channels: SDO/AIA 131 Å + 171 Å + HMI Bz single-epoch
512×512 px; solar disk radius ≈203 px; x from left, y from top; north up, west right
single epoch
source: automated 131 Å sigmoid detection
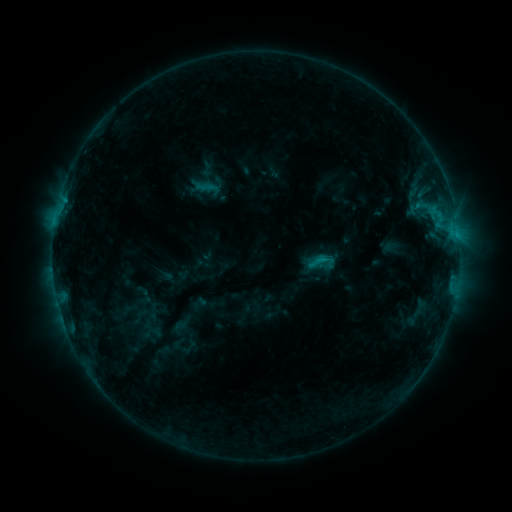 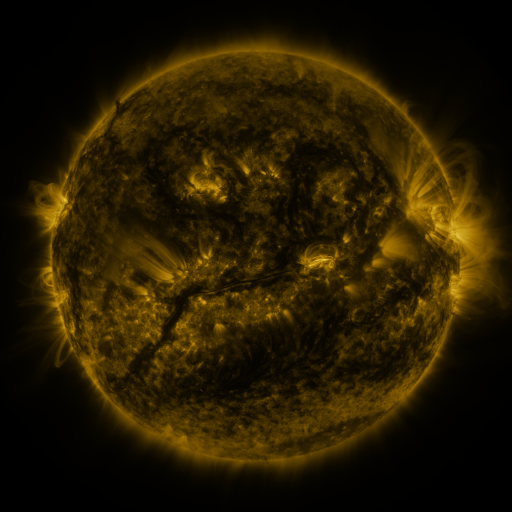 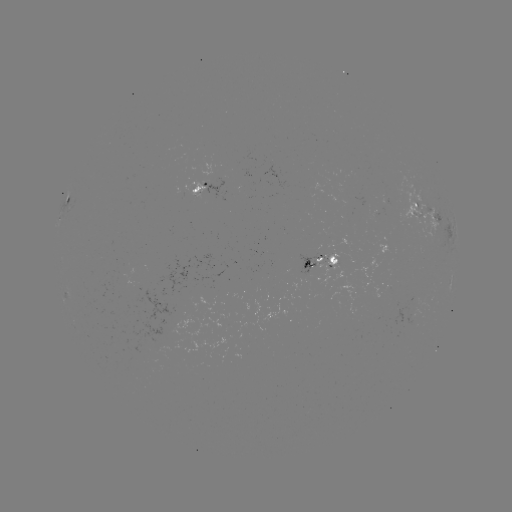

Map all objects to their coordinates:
sigmoid: (318, 260)
